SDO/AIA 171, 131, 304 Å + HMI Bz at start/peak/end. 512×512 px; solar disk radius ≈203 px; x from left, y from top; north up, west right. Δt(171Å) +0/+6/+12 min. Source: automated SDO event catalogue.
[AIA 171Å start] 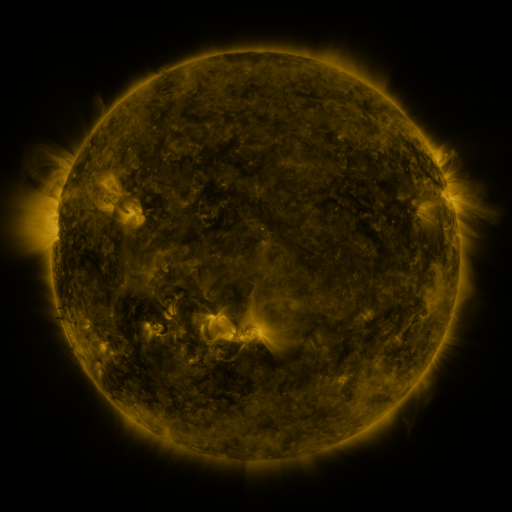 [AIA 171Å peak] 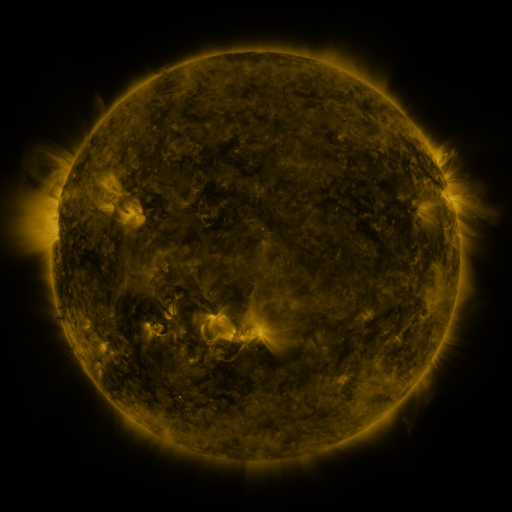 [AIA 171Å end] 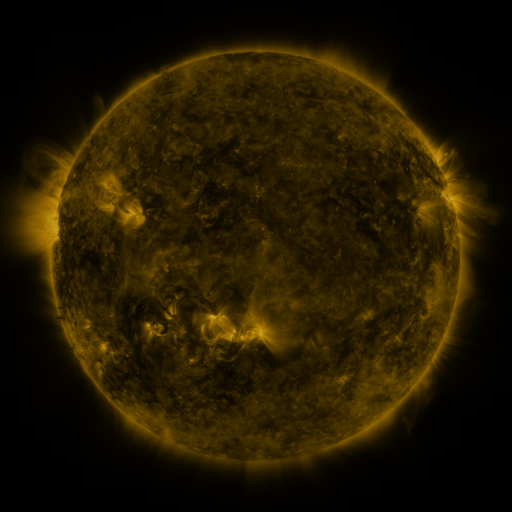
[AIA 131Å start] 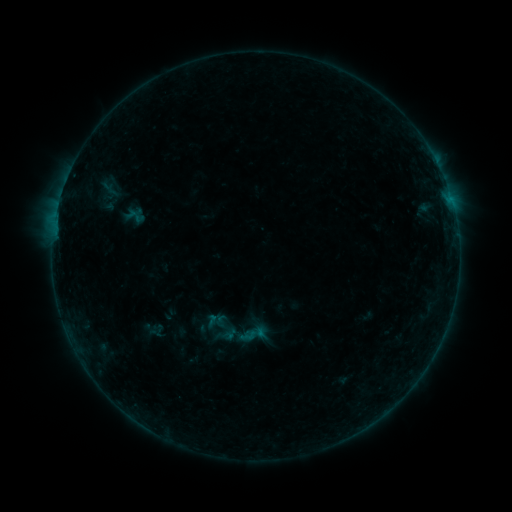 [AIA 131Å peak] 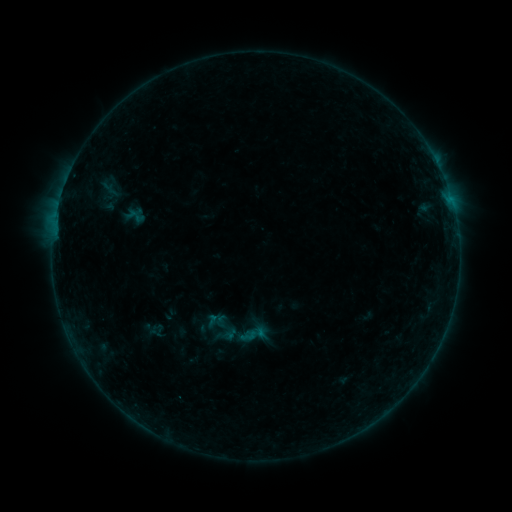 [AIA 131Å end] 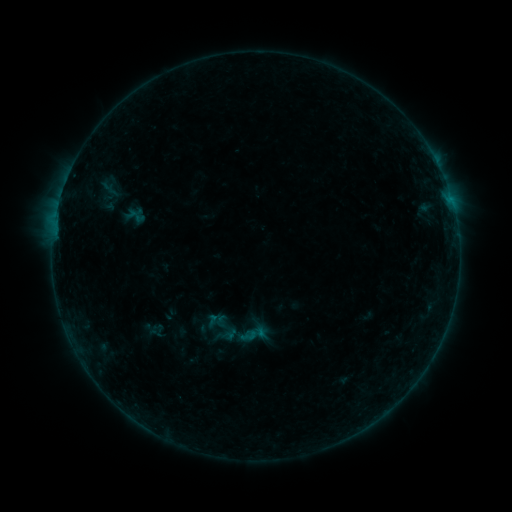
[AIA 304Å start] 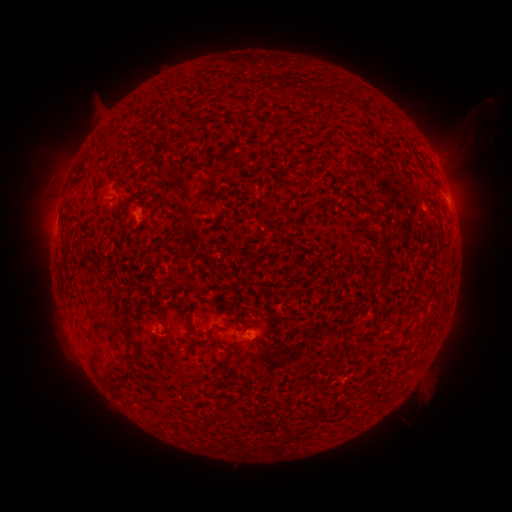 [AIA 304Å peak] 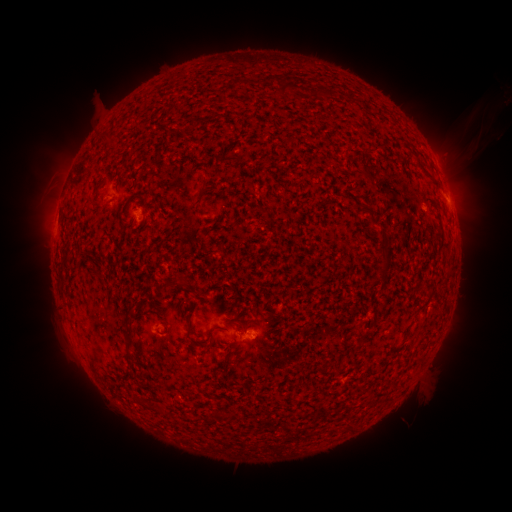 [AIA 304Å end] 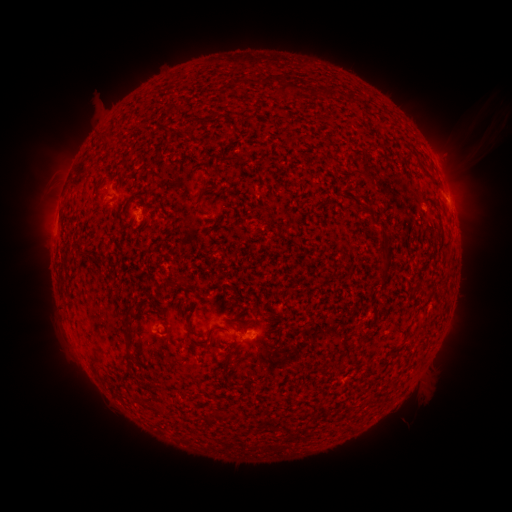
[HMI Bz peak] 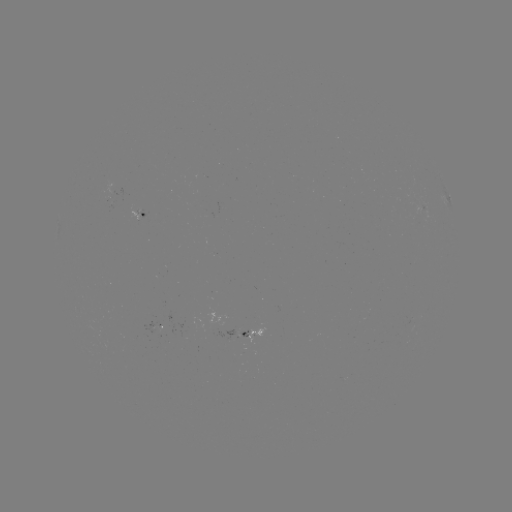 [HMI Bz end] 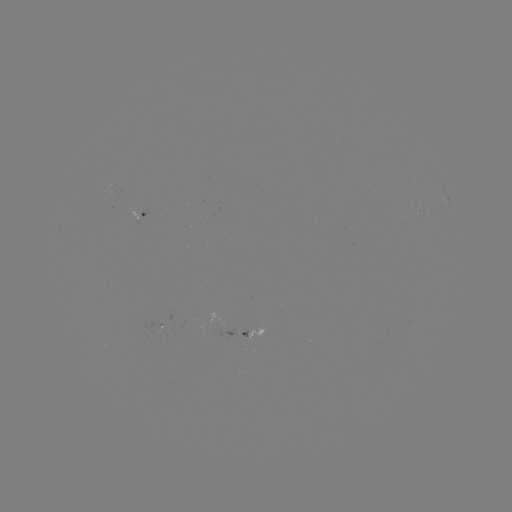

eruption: [464, 119, 494, 149]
